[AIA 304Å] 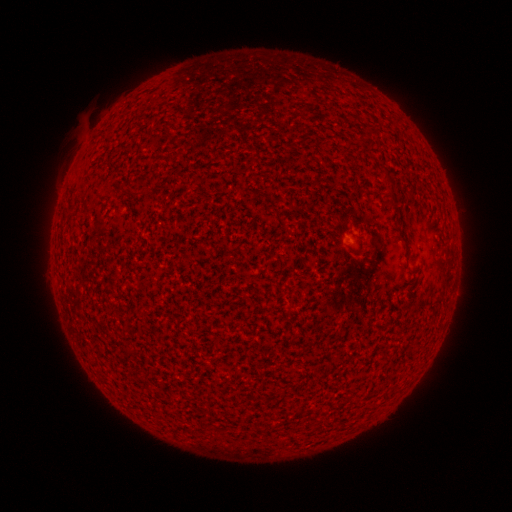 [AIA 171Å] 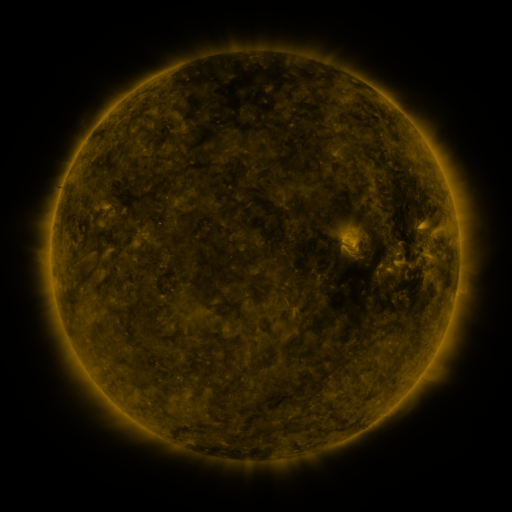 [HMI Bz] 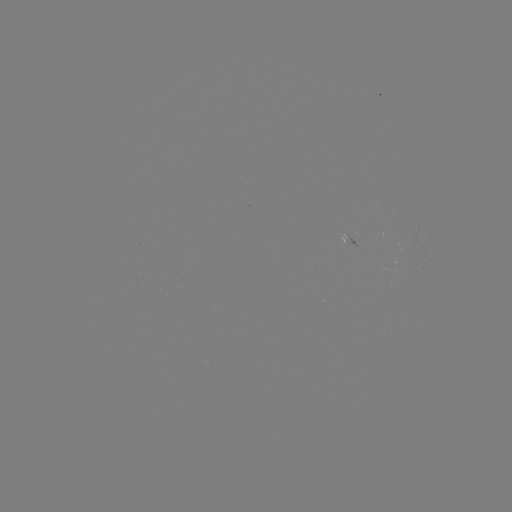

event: spotted active region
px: (350, 243)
